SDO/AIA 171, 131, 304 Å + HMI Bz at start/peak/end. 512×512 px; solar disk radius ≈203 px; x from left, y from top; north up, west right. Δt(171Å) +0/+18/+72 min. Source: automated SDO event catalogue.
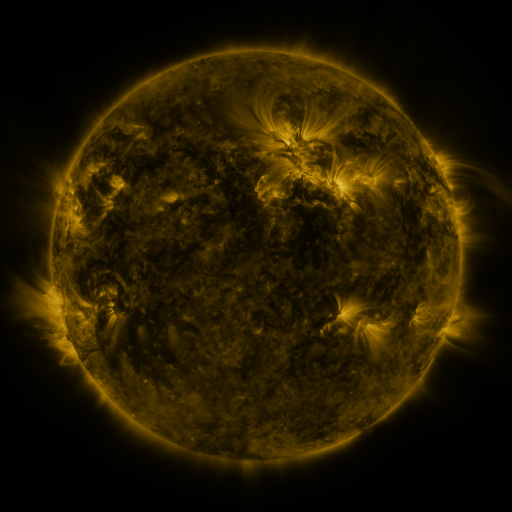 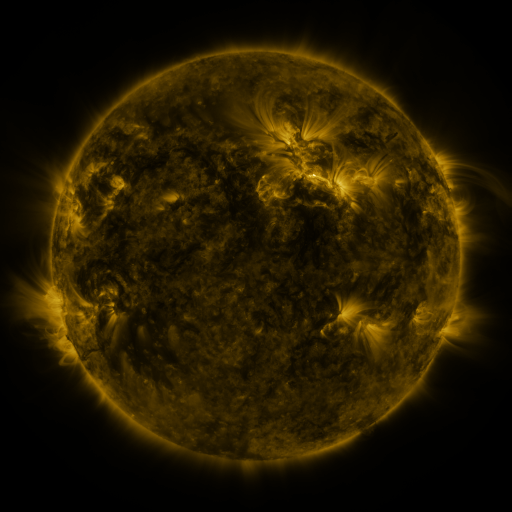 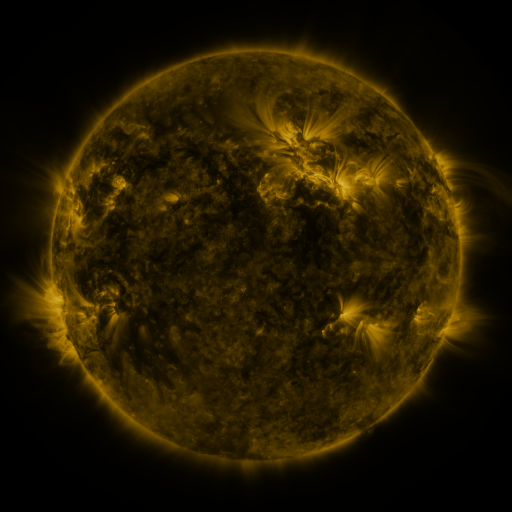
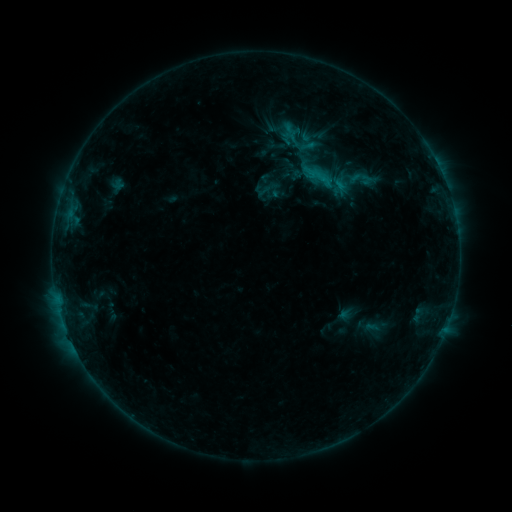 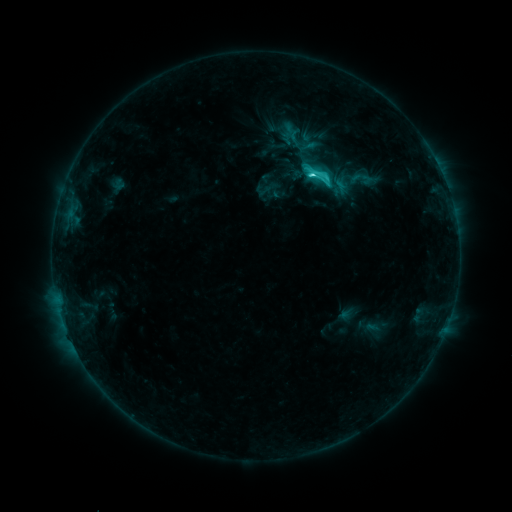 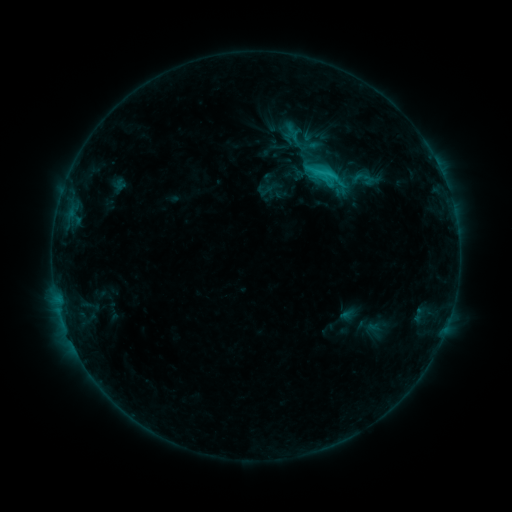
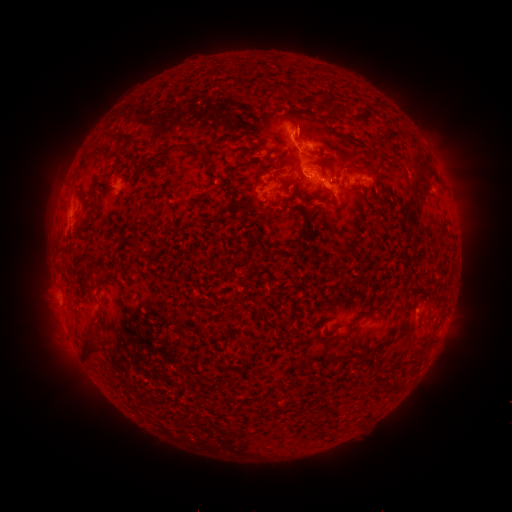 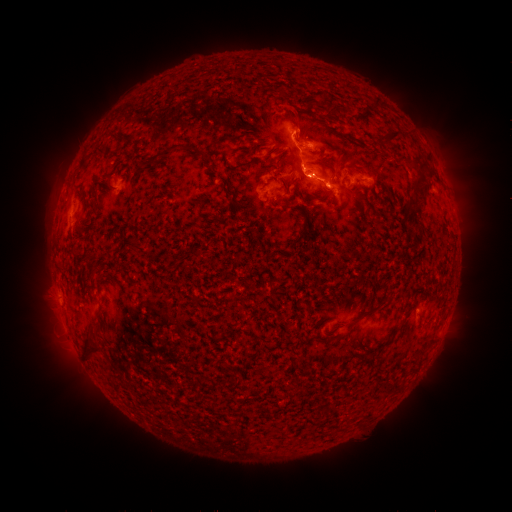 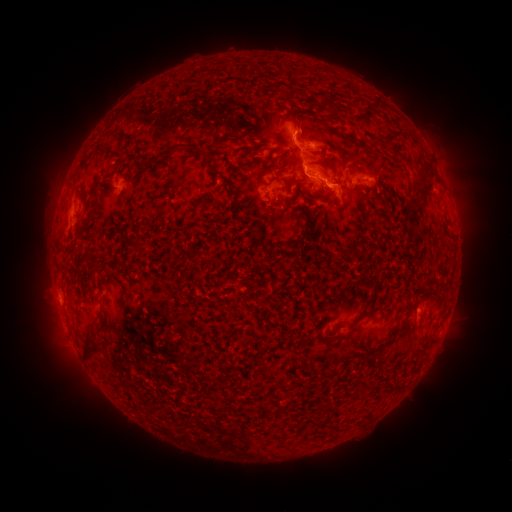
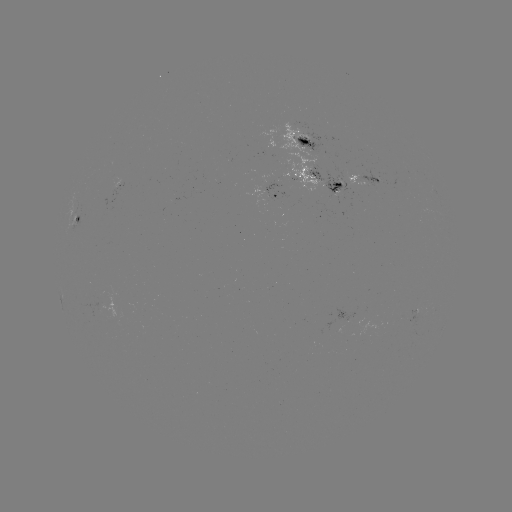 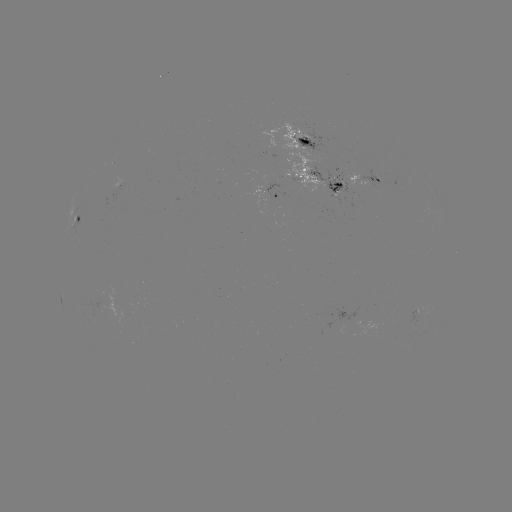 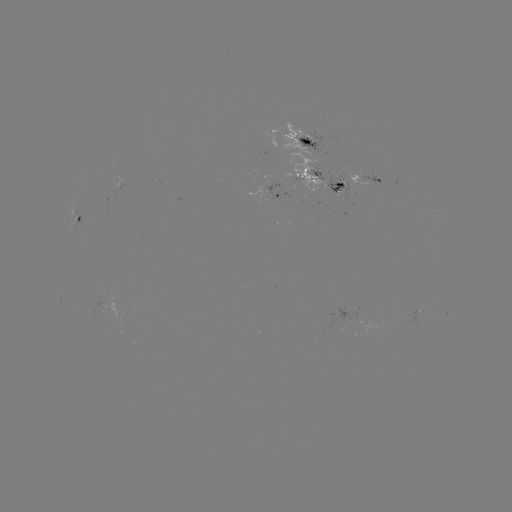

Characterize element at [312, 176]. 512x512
C3.7 flare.